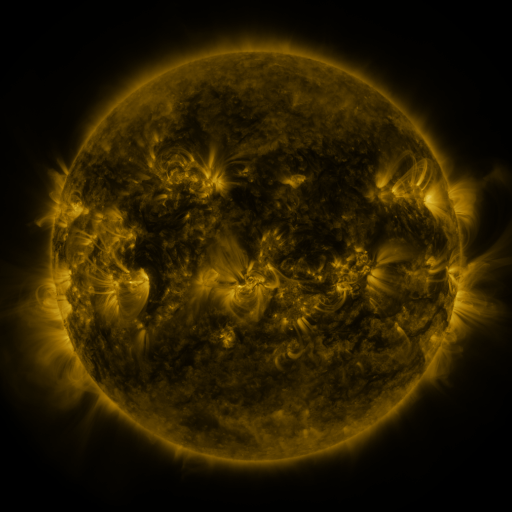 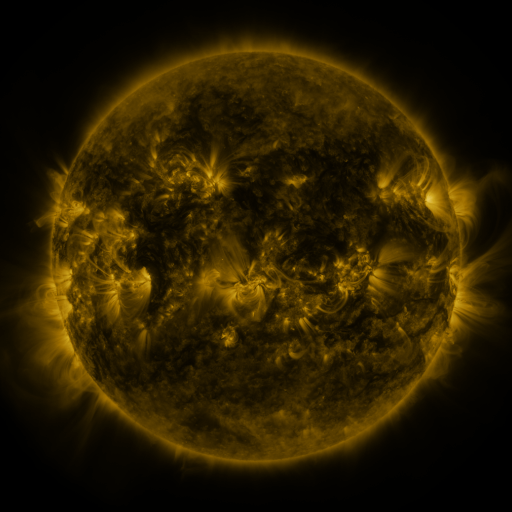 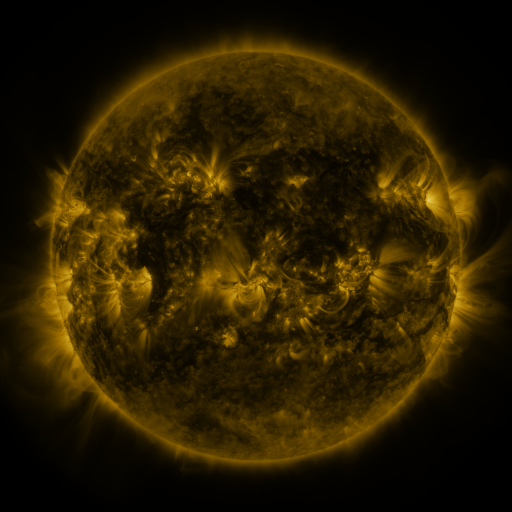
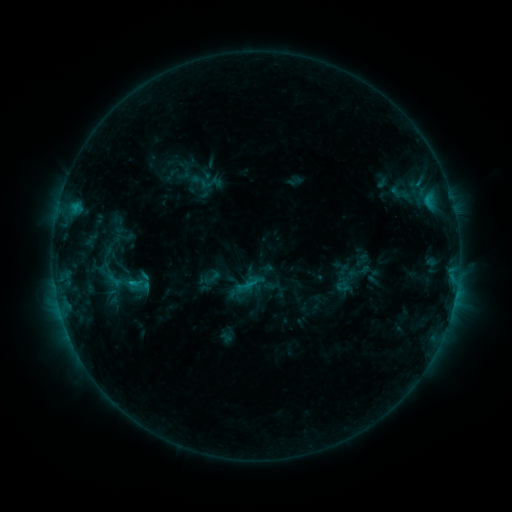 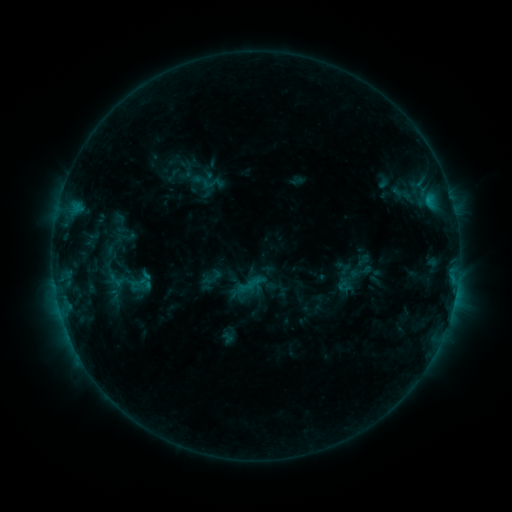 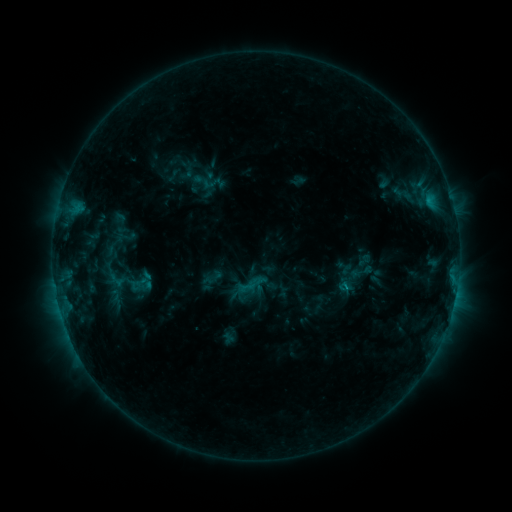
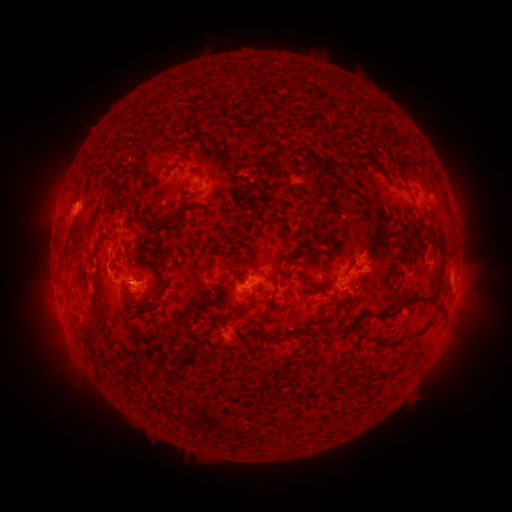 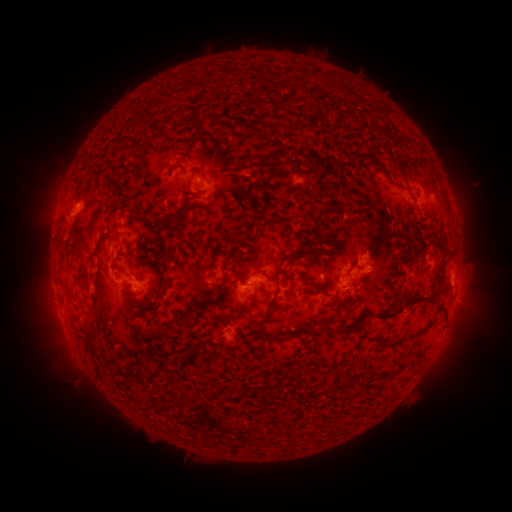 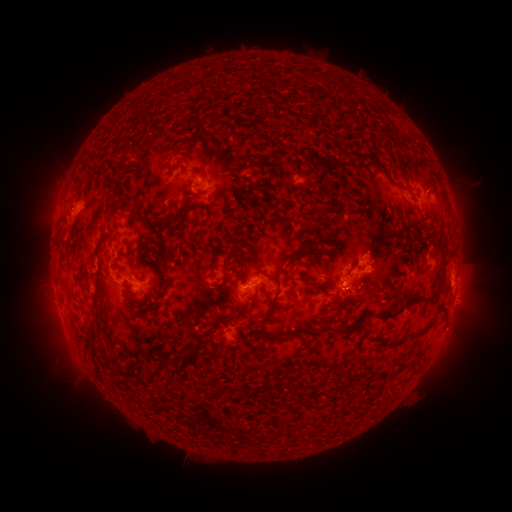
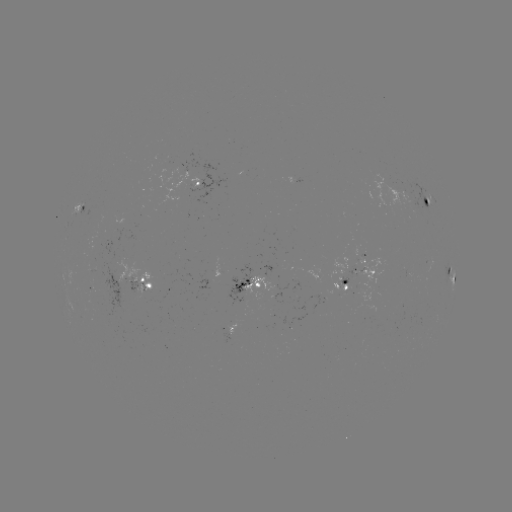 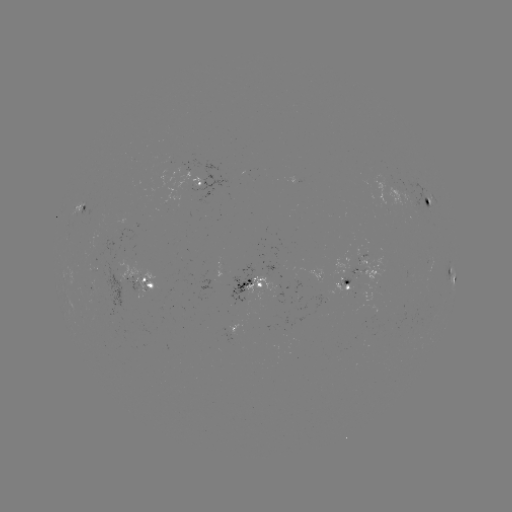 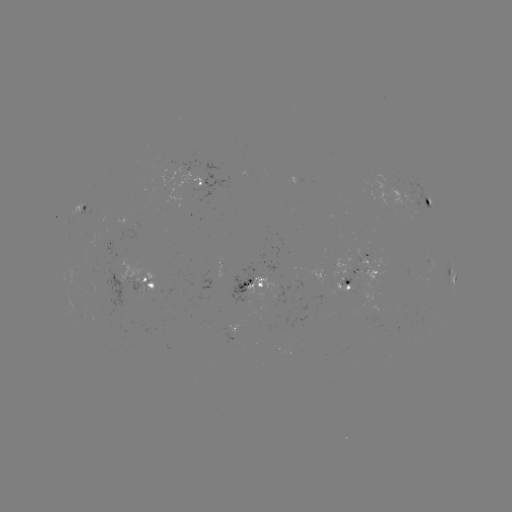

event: emerging-flux region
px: (418, 212)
